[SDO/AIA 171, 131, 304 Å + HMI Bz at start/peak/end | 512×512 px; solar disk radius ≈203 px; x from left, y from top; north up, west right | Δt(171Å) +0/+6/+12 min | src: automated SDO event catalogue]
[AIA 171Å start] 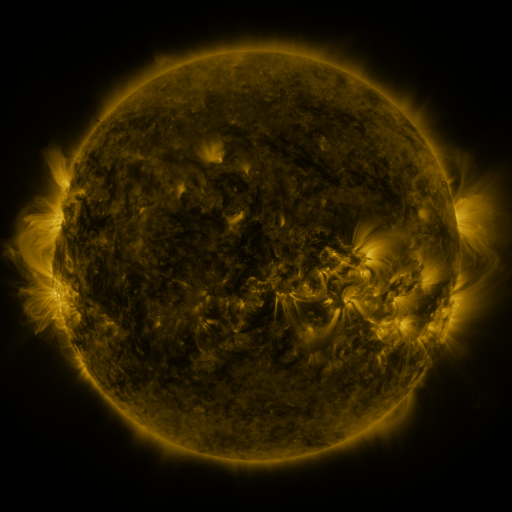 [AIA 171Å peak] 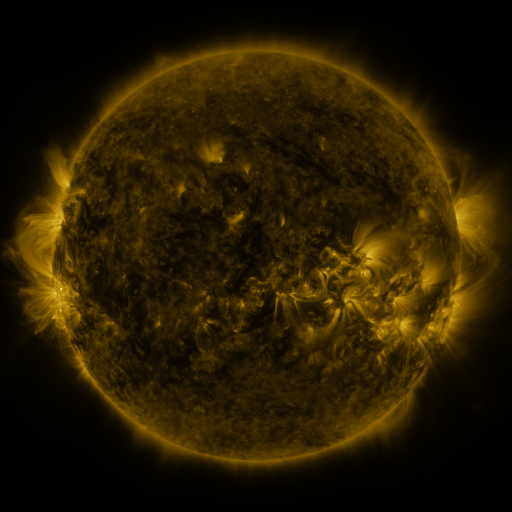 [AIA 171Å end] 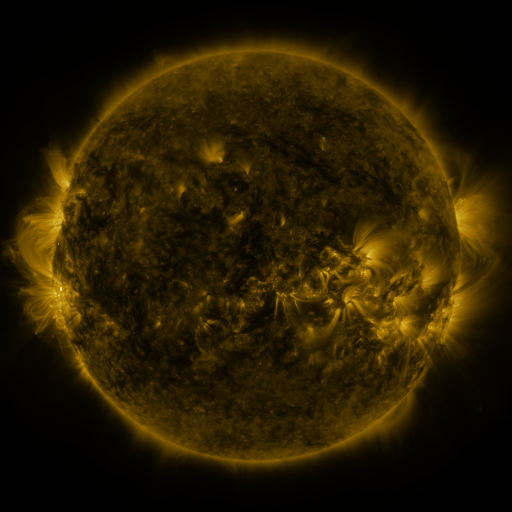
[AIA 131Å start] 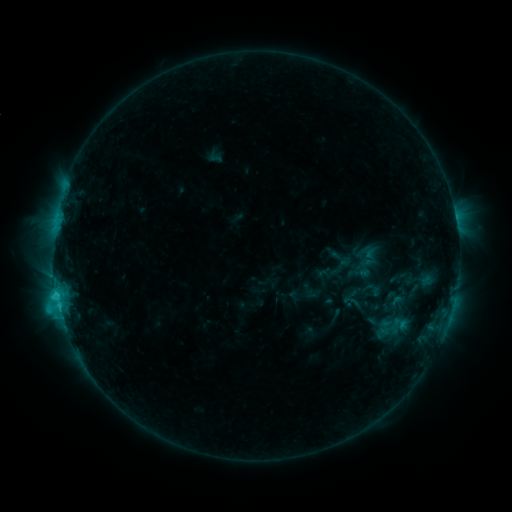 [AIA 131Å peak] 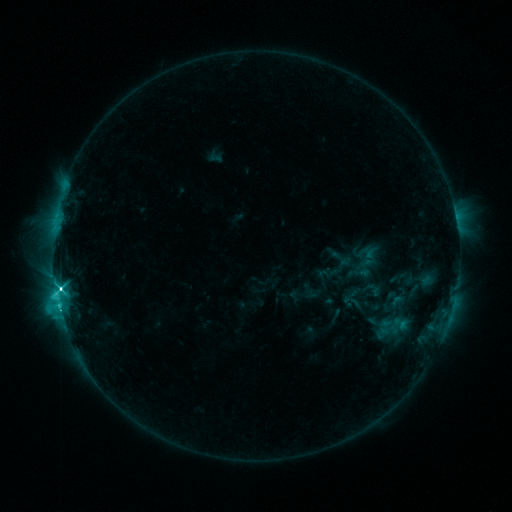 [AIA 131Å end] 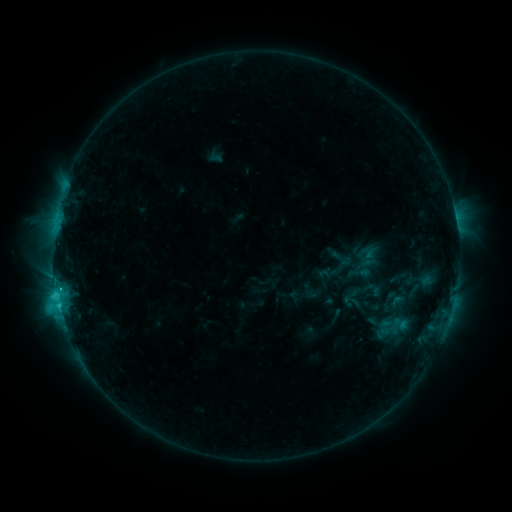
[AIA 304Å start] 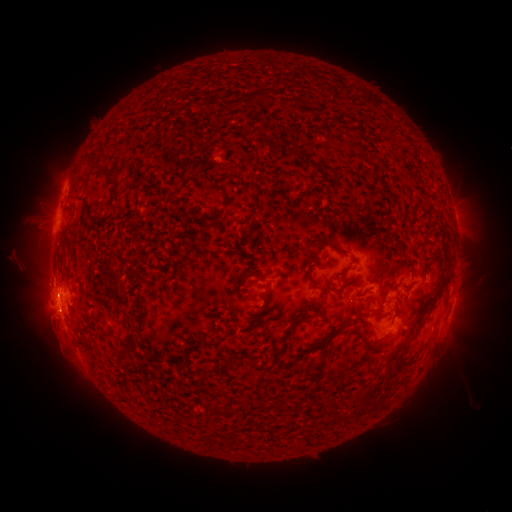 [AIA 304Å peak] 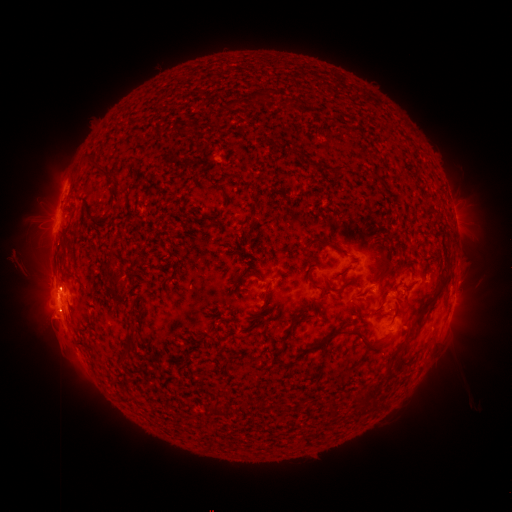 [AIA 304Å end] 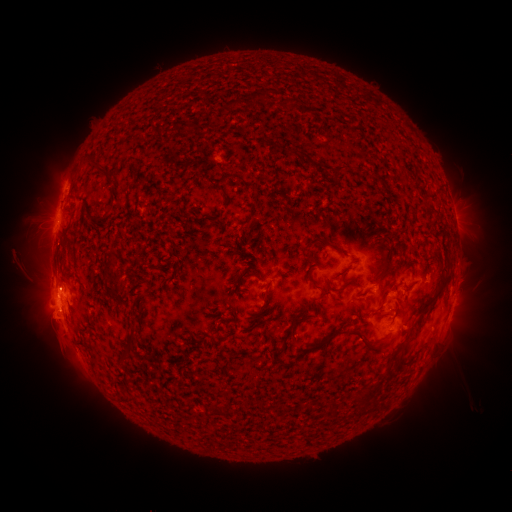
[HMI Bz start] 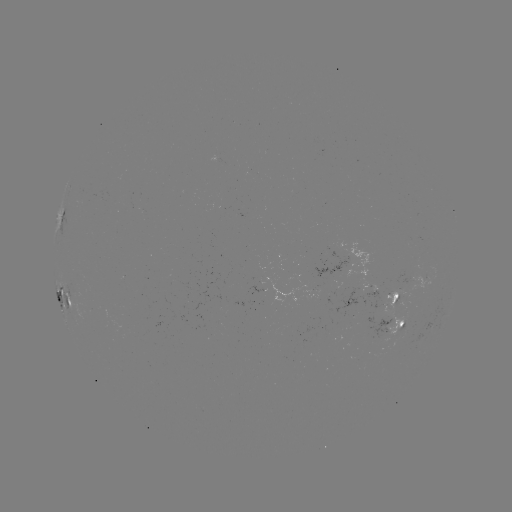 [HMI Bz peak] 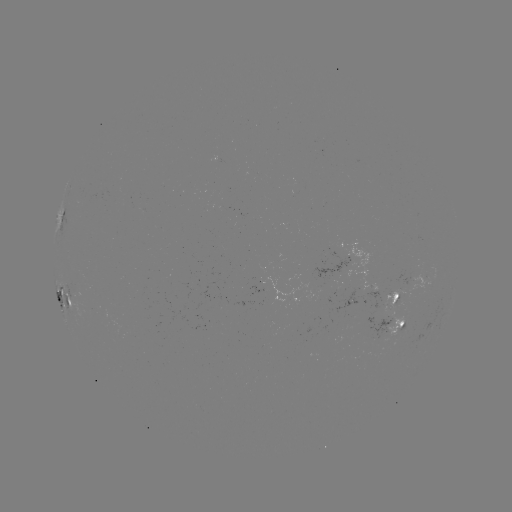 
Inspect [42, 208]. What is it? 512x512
eruption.